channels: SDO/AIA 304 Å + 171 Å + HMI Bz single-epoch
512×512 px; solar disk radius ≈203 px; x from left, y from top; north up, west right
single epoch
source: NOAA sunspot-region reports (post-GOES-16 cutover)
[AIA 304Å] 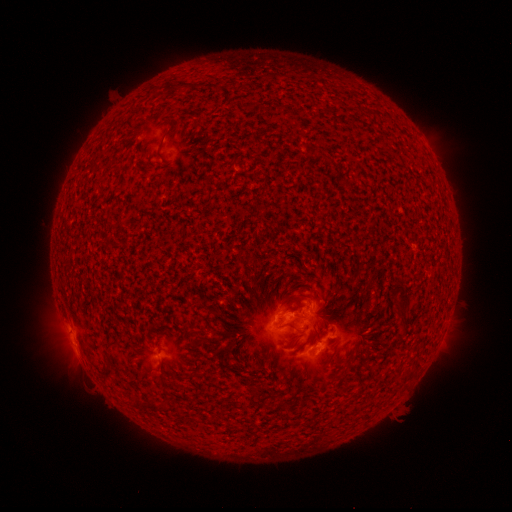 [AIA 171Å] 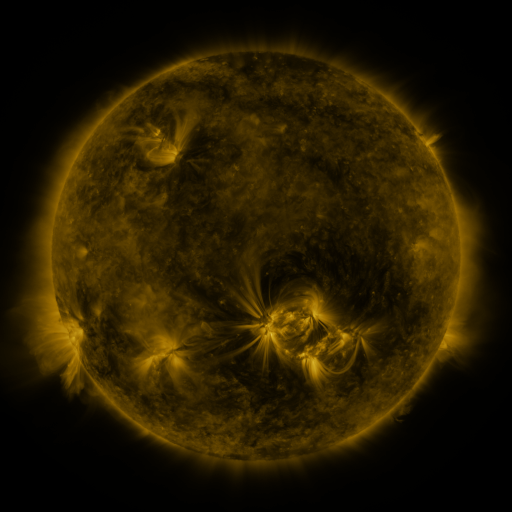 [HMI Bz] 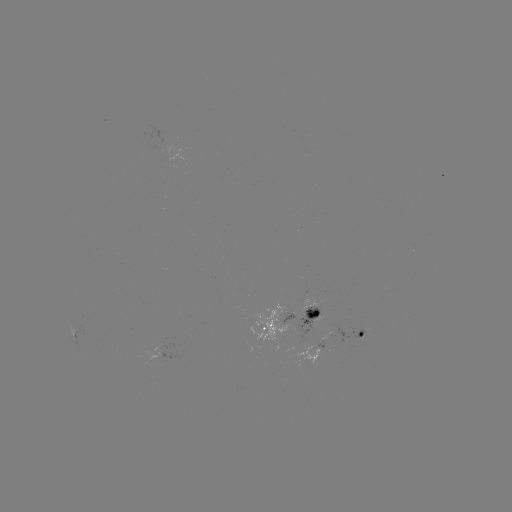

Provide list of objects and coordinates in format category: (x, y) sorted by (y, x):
spotted active region: (184, 156)
spotted active region: (289, 318)
spotted active region: (361, 334)
spotted active region: (311, 357)
